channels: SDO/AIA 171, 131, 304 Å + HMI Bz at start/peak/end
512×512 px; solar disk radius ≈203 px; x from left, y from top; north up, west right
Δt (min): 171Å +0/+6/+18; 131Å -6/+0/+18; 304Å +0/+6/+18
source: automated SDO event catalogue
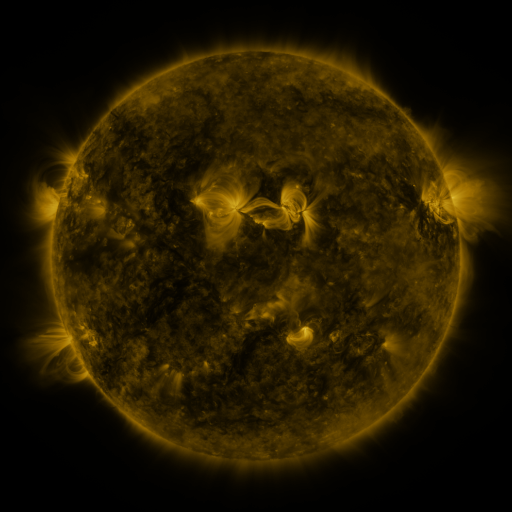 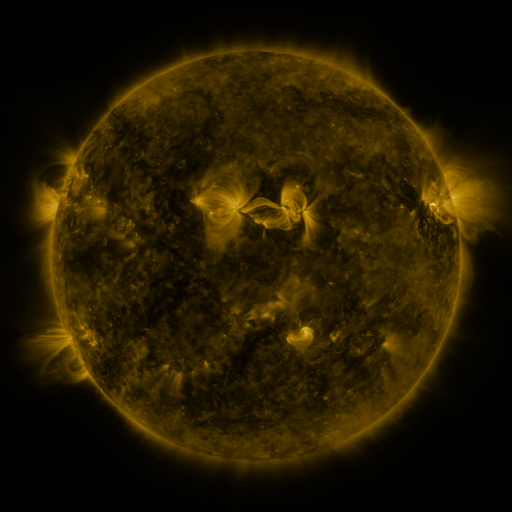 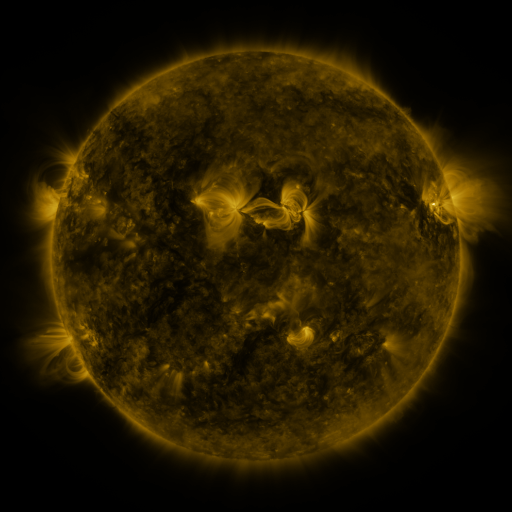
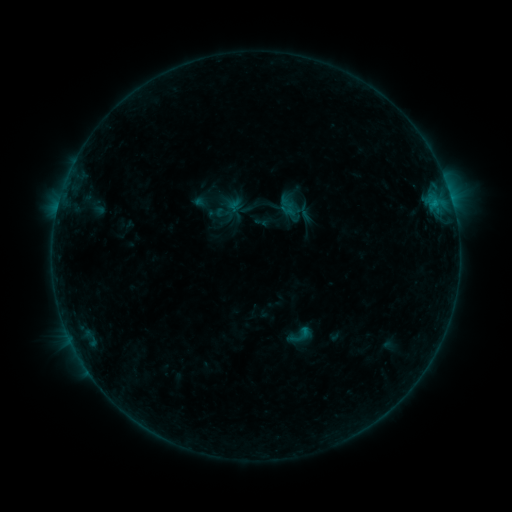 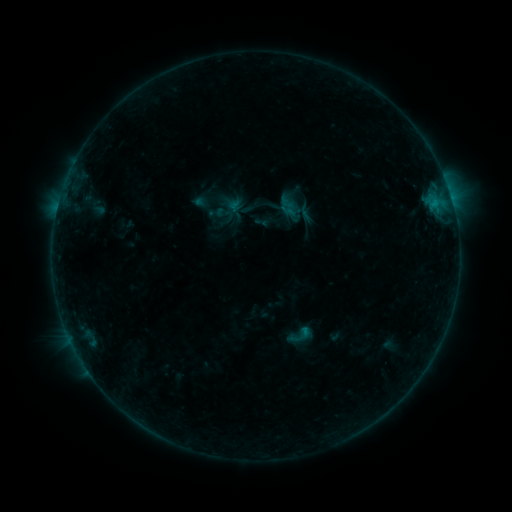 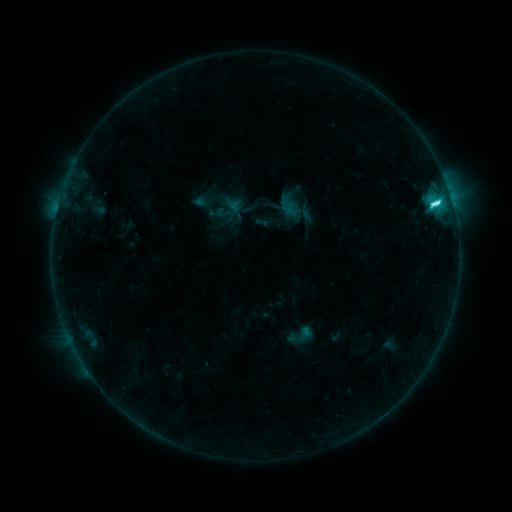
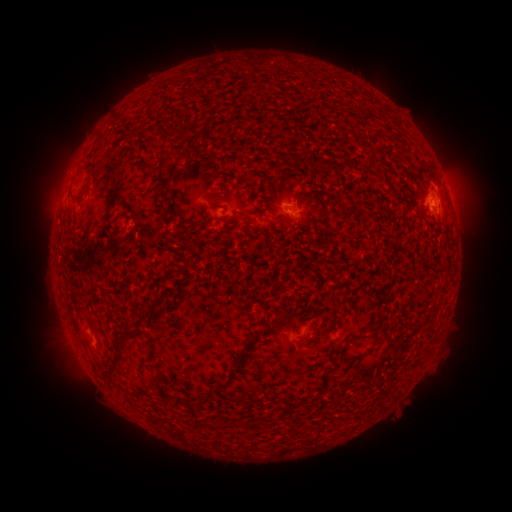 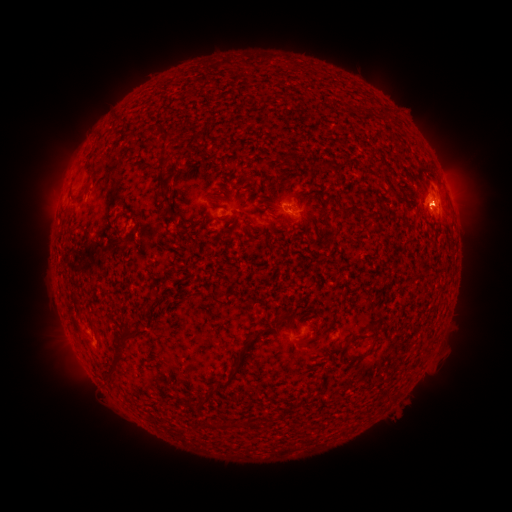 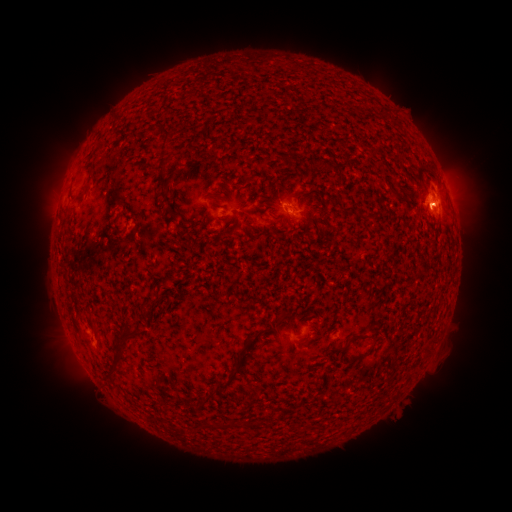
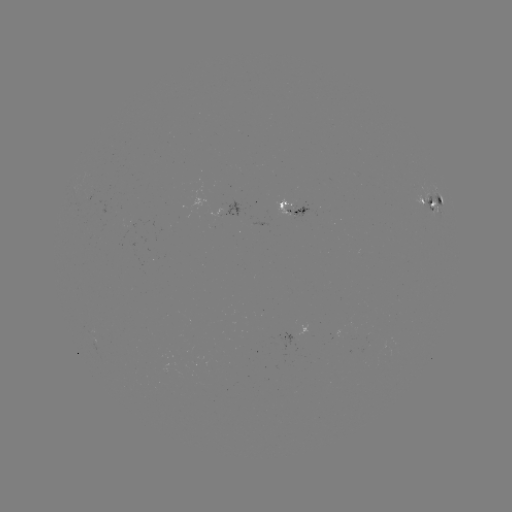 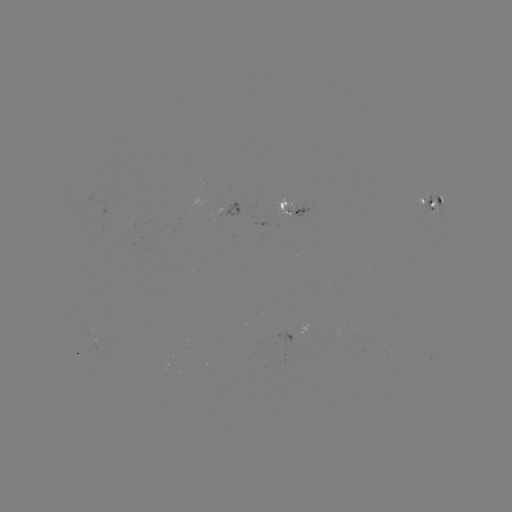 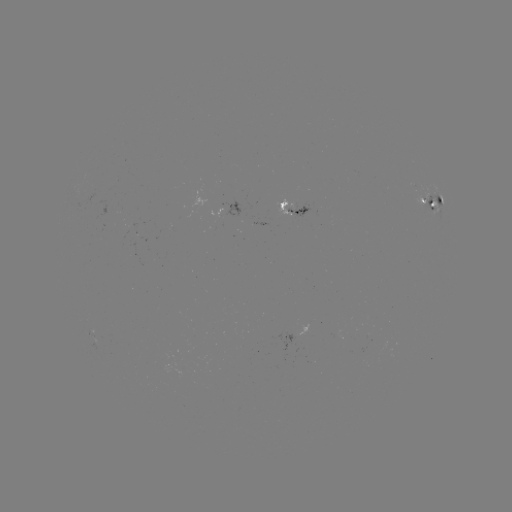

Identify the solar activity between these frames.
C7.7 flare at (432, 205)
